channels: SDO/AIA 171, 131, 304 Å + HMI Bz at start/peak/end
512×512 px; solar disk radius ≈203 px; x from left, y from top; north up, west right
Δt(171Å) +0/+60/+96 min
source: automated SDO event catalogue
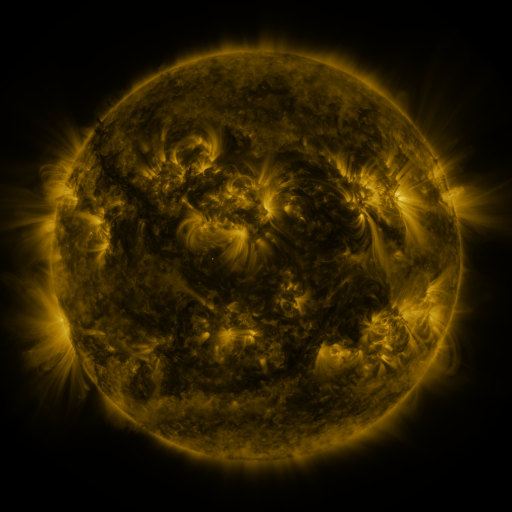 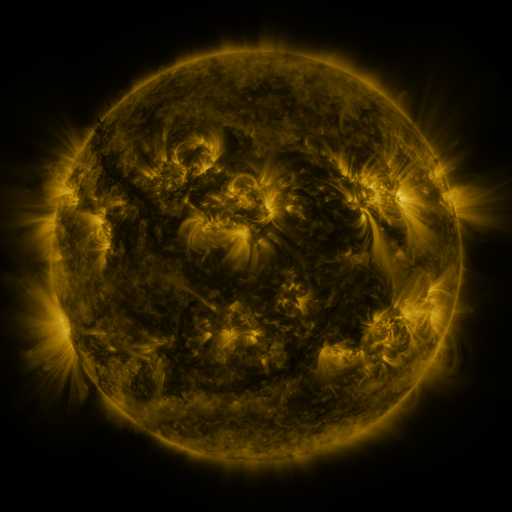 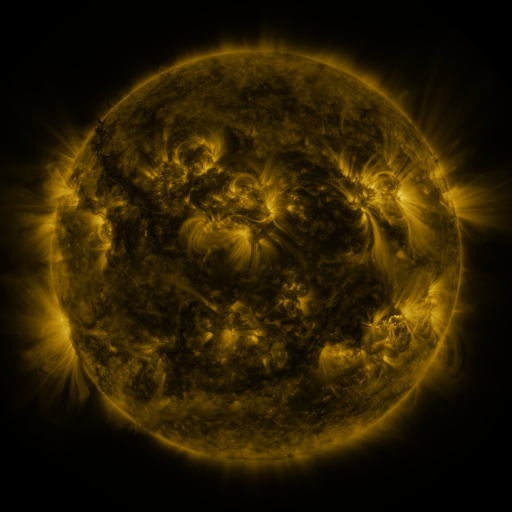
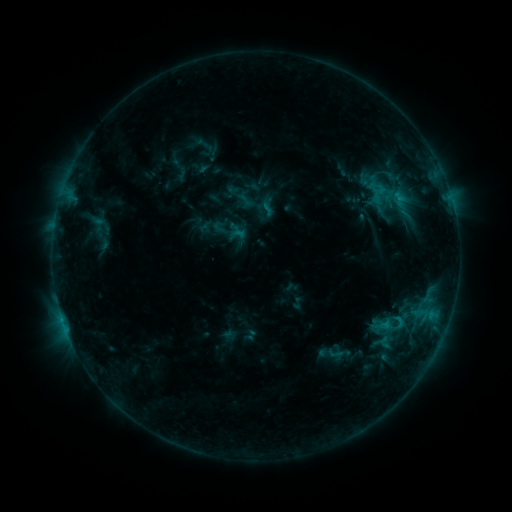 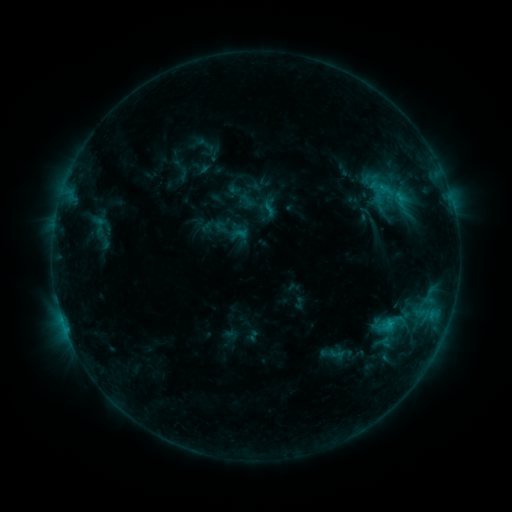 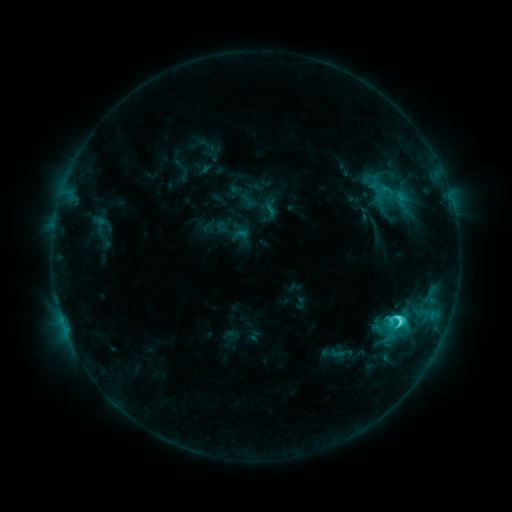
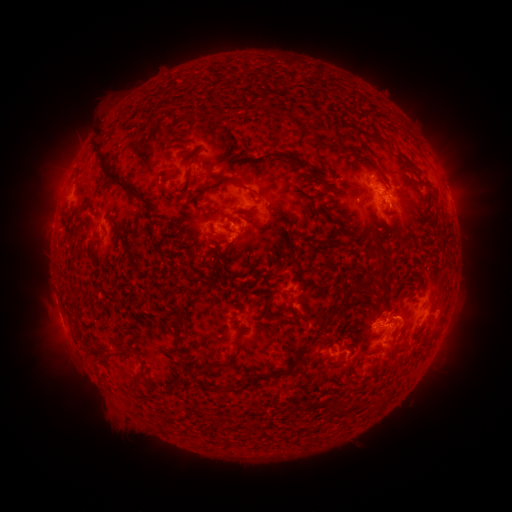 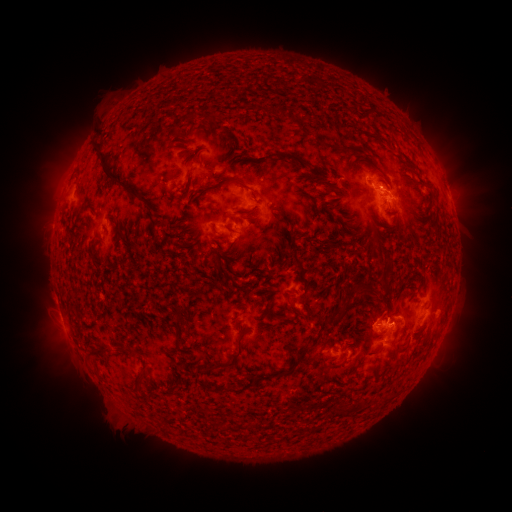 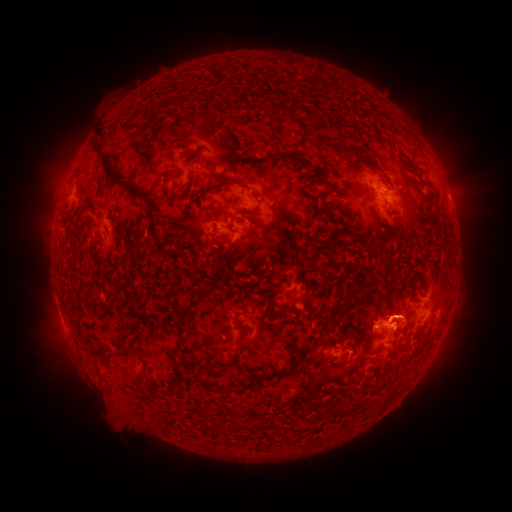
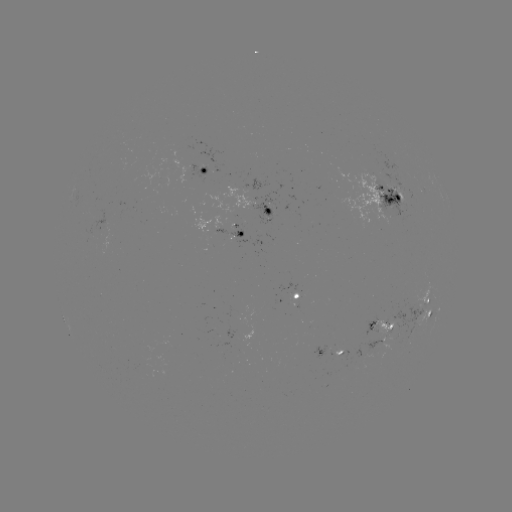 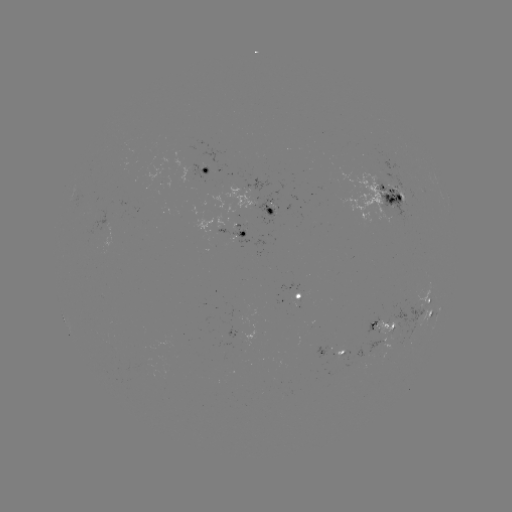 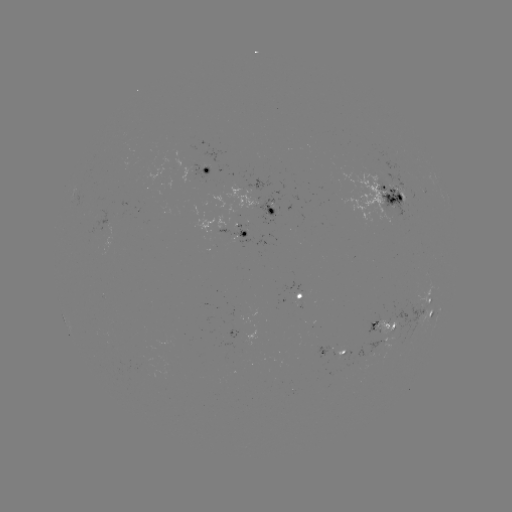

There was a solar emerging-flux region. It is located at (272, 212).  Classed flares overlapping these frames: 1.